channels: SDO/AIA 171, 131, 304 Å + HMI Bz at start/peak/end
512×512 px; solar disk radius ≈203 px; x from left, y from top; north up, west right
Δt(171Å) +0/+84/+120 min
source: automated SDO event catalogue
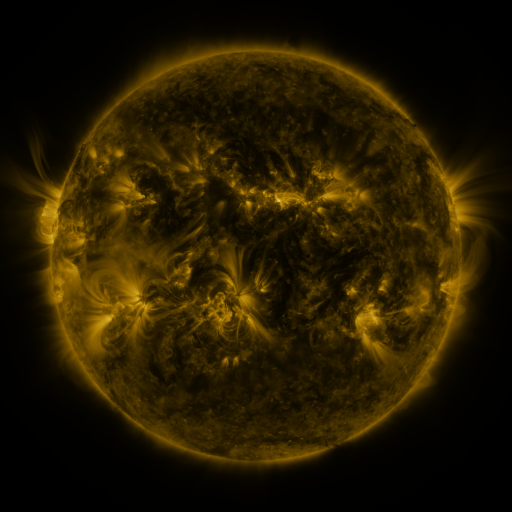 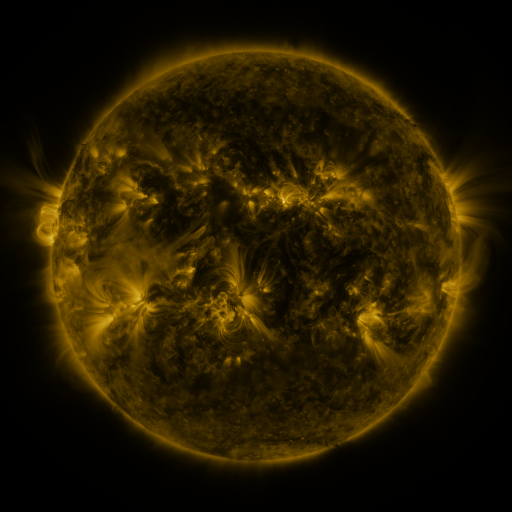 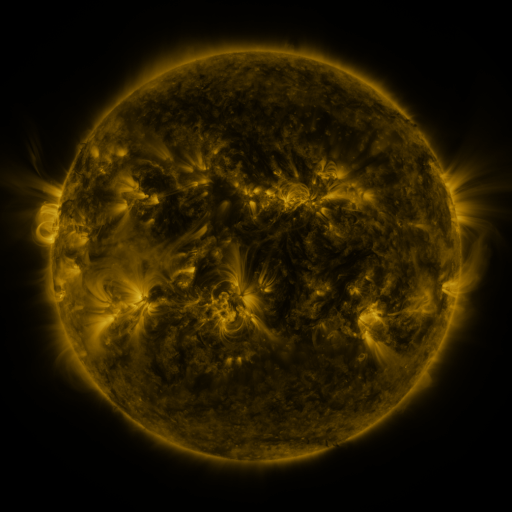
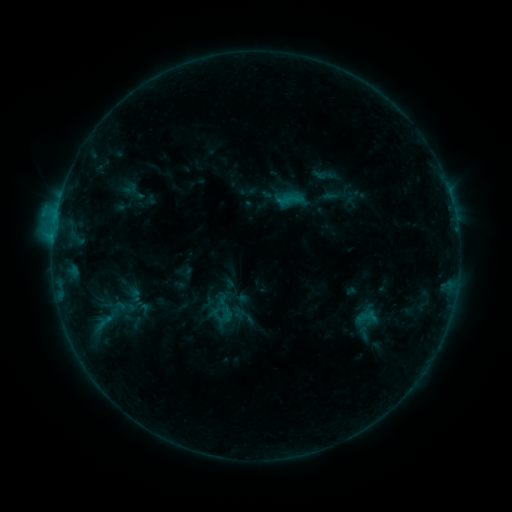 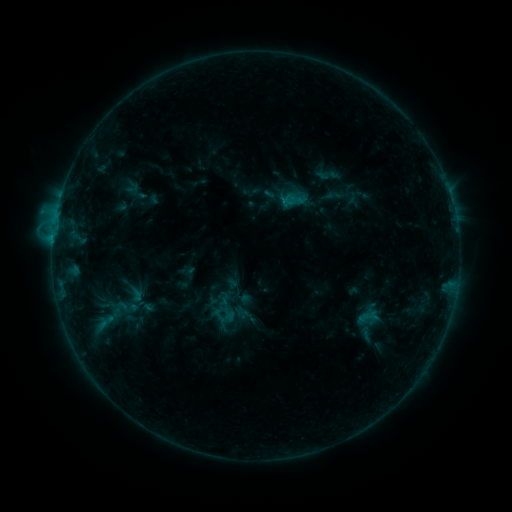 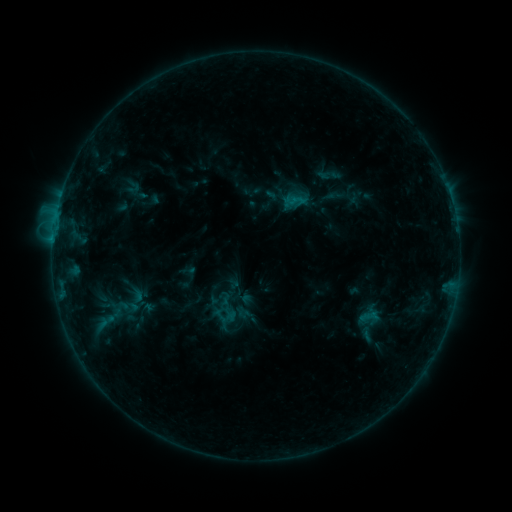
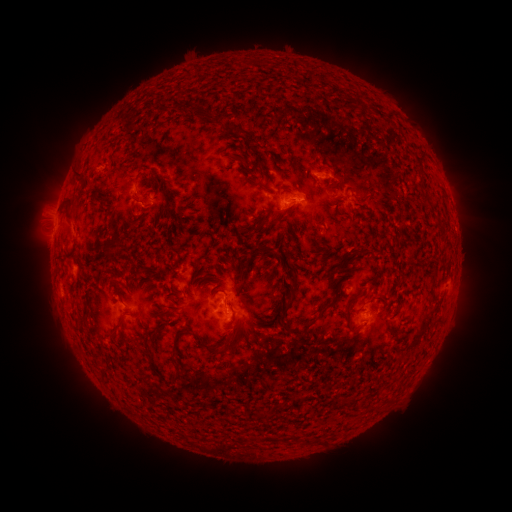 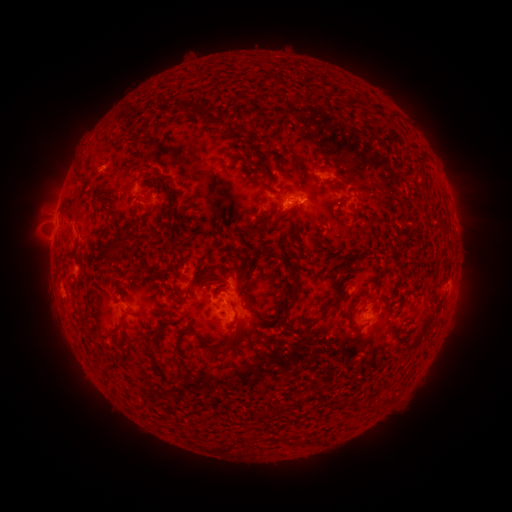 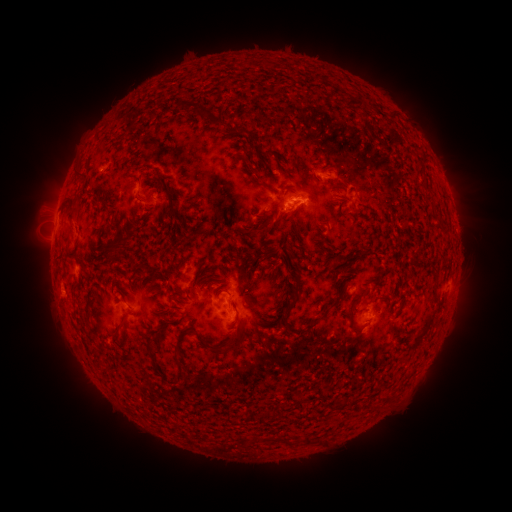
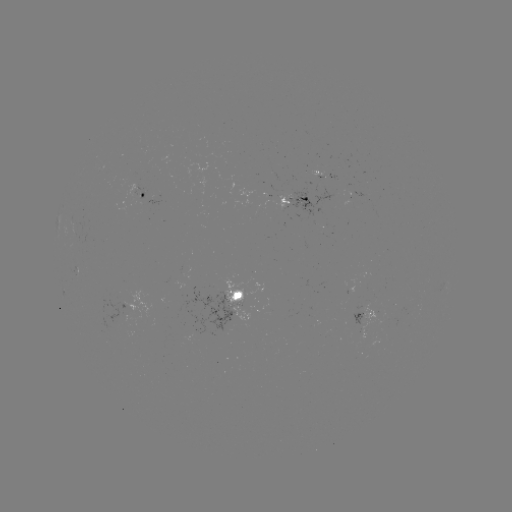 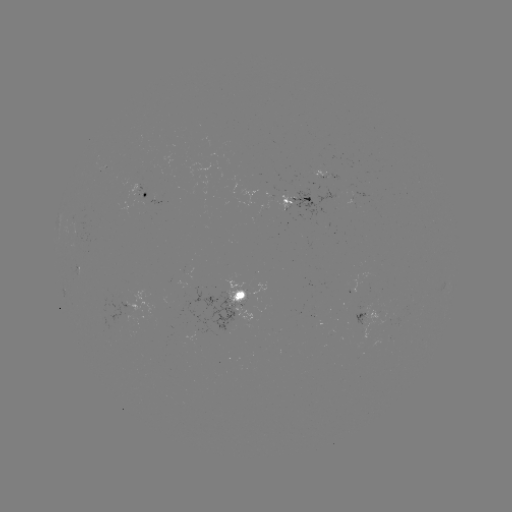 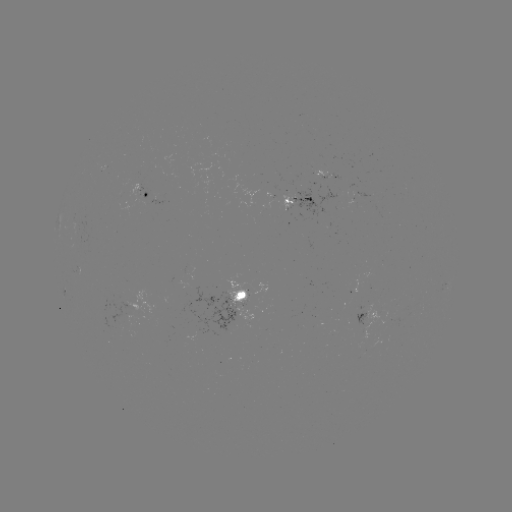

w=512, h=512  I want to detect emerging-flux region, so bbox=[241, 322, 252, 328].